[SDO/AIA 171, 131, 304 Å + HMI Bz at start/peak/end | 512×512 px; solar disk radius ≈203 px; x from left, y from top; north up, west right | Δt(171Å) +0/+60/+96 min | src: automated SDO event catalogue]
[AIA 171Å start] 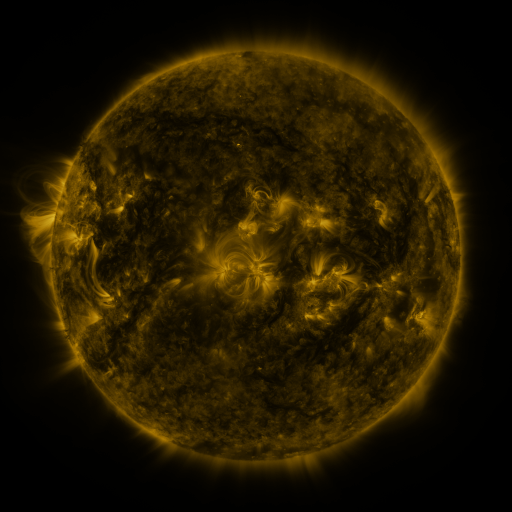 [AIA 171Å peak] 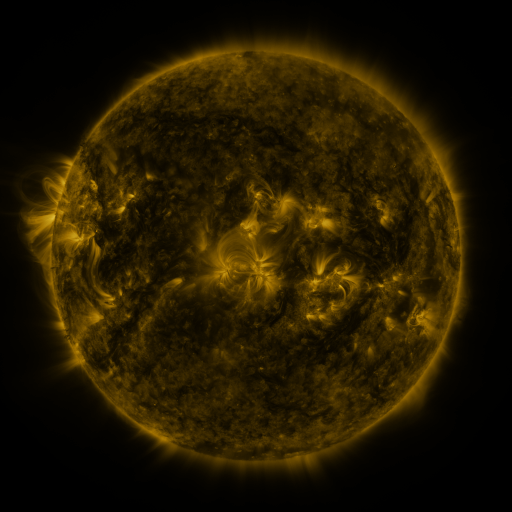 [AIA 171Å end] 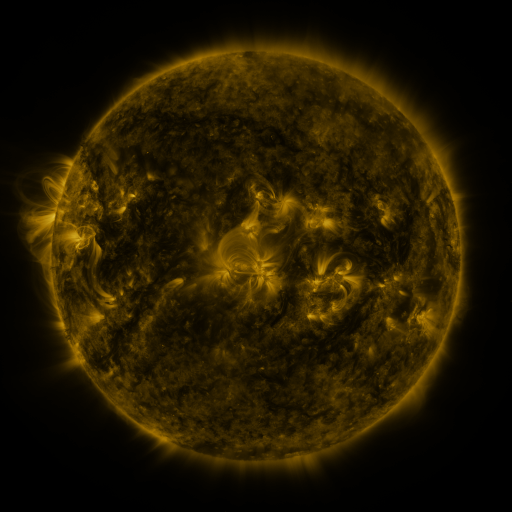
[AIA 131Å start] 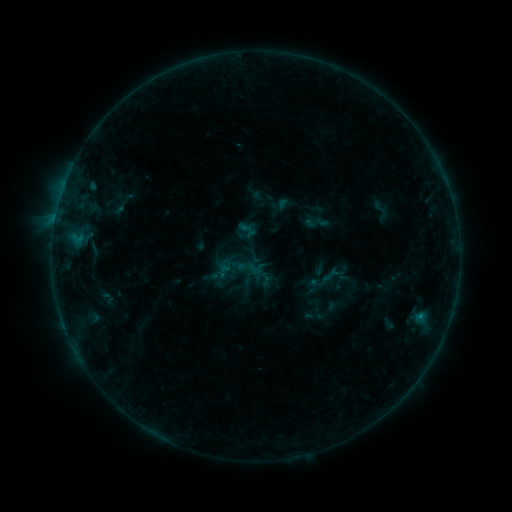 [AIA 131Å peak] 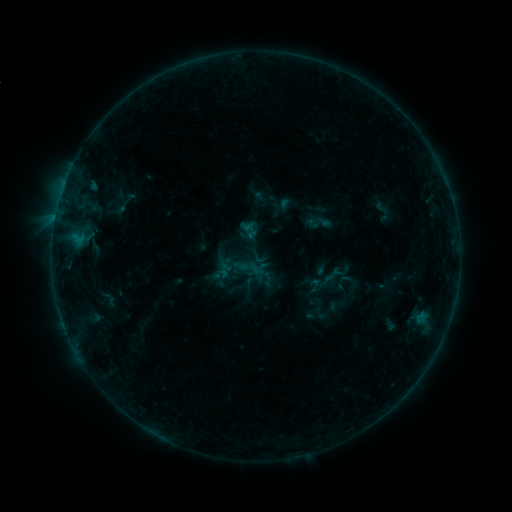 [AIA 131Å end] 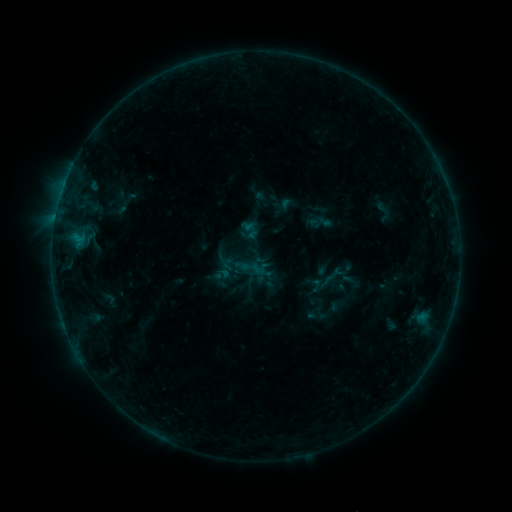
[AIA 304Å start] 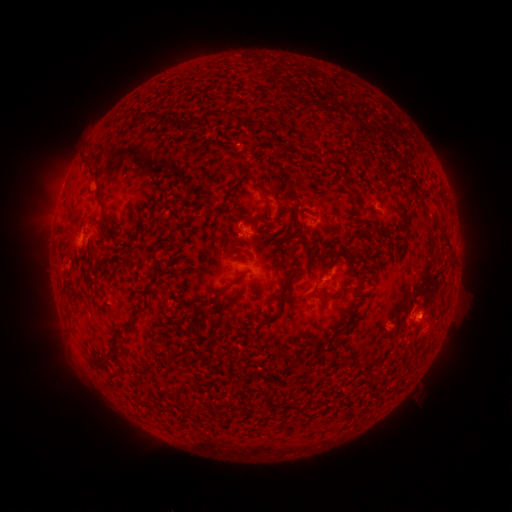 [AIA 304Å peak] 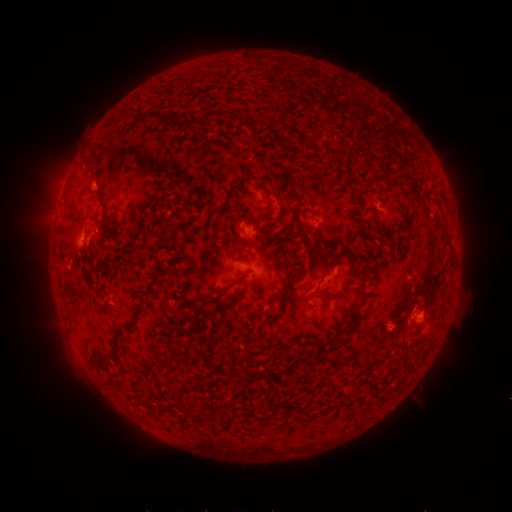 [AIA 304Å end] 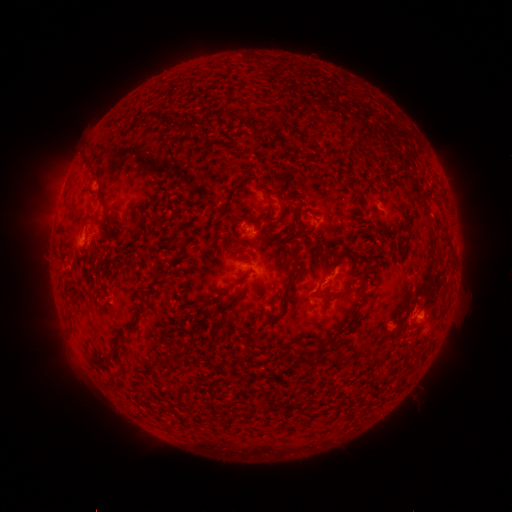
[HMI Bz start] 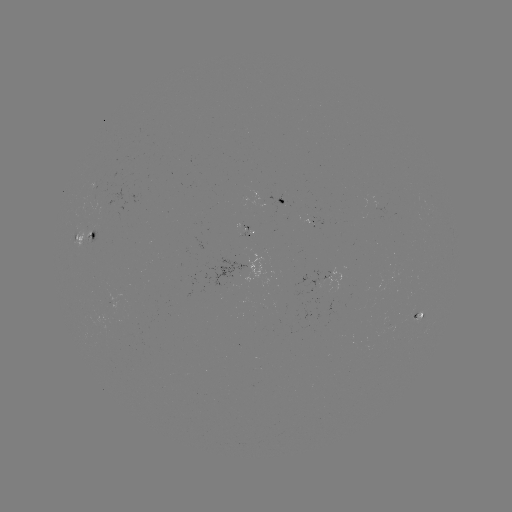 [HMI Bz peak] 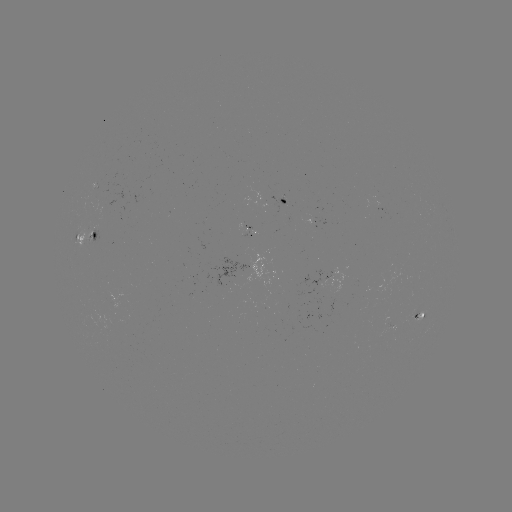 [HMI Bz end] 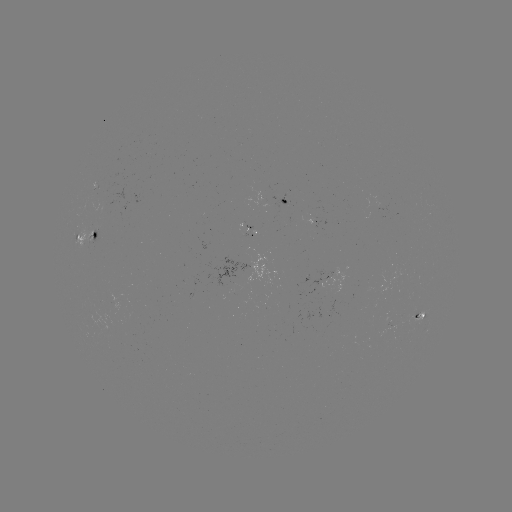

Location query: emerging-flux region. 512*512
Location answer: [376, 206].